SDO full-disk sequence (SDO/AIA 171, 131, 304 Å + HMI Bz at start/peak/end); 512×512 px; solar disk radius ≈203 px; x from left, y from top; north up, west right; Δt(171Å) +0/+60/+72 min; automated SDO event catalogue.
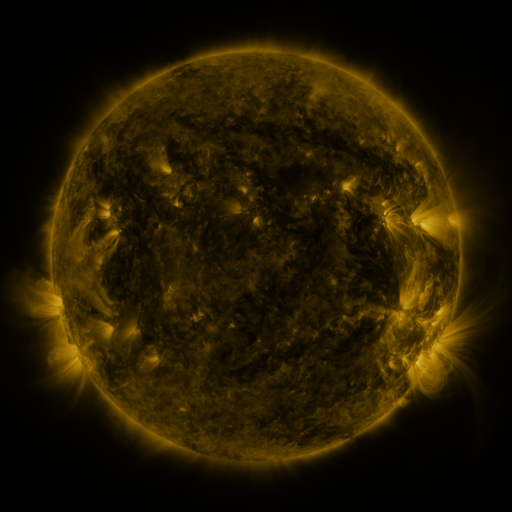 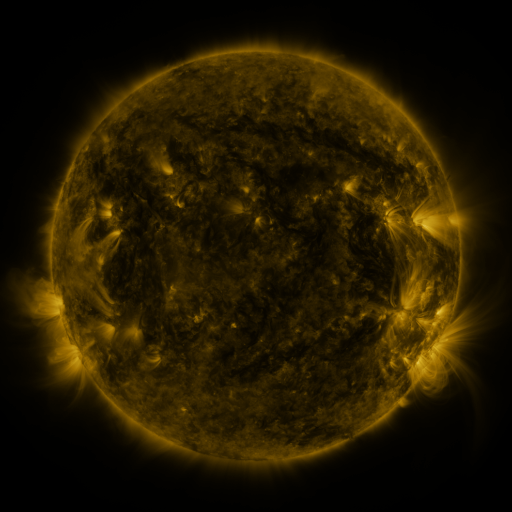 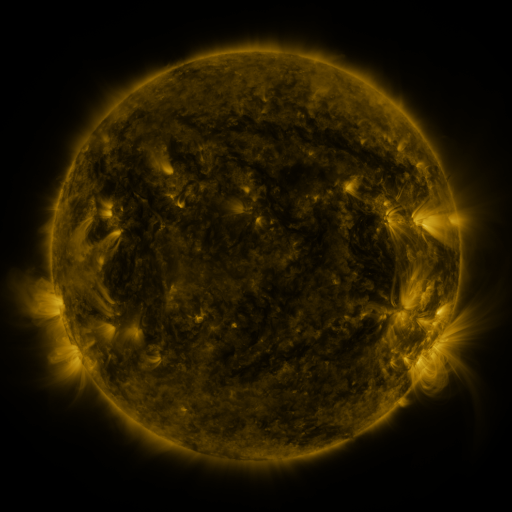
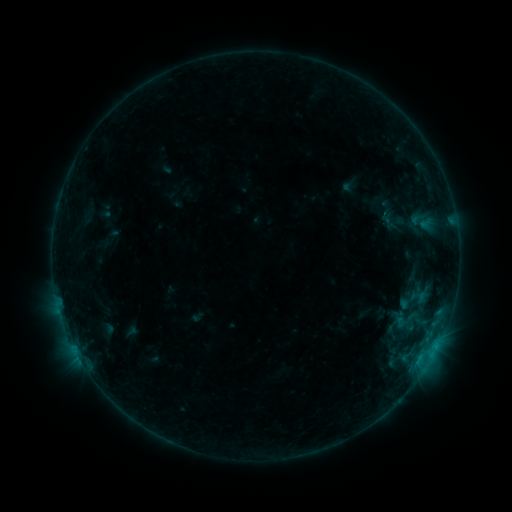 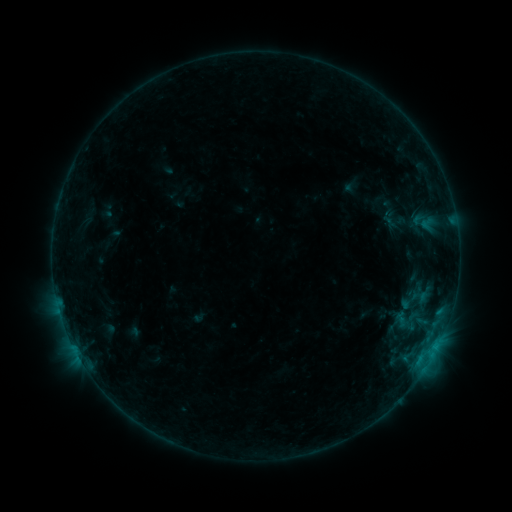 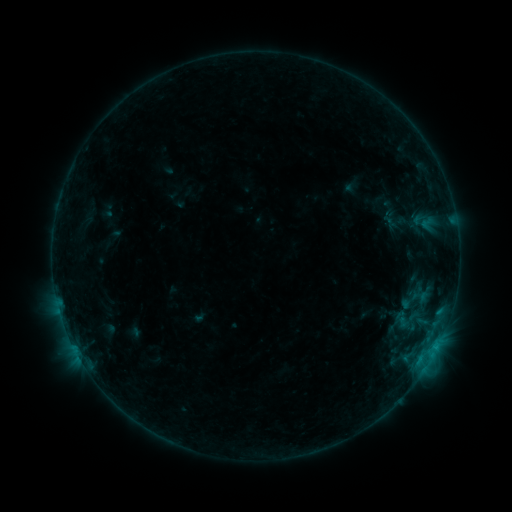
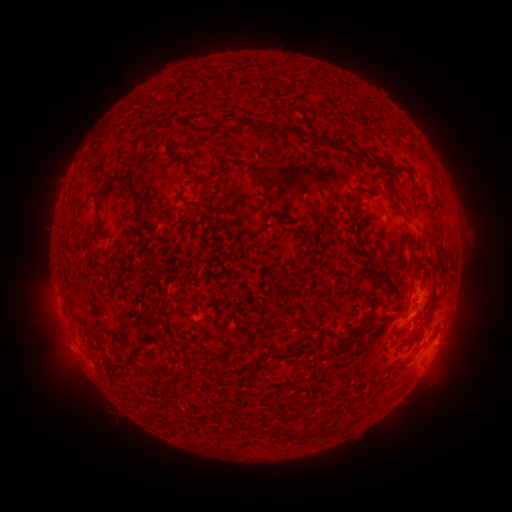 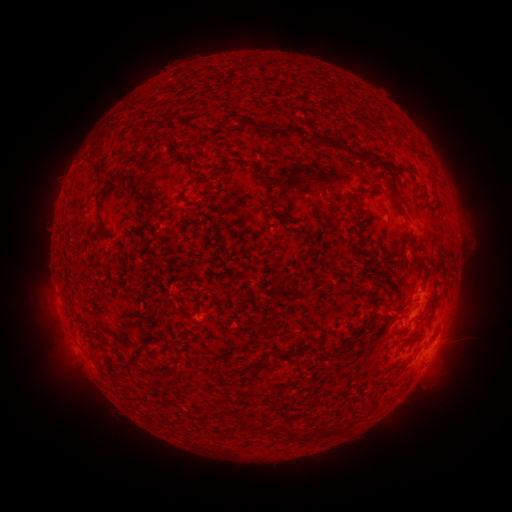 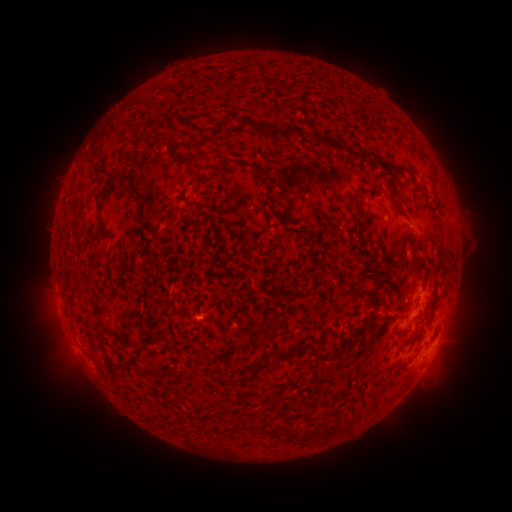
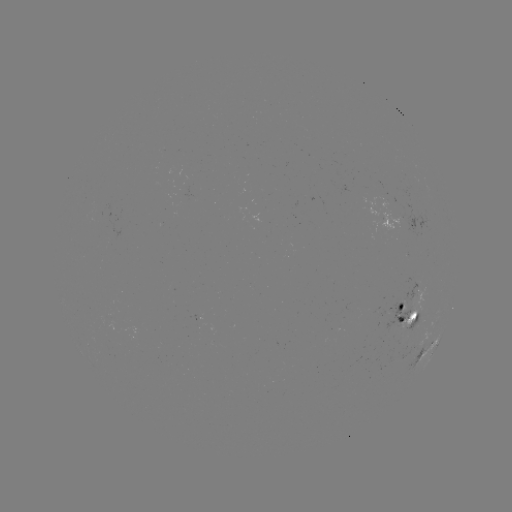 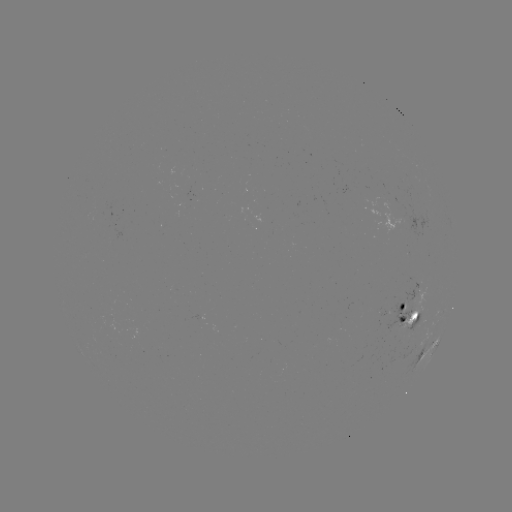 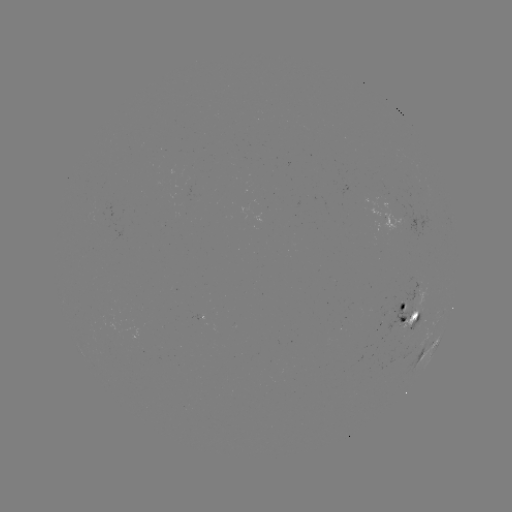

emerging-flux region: [384, 298, 412, 332]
